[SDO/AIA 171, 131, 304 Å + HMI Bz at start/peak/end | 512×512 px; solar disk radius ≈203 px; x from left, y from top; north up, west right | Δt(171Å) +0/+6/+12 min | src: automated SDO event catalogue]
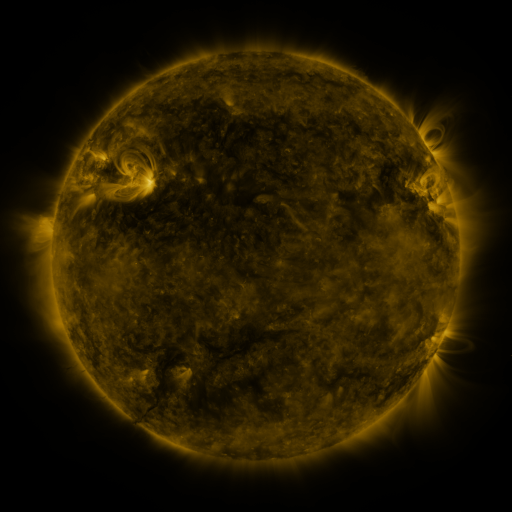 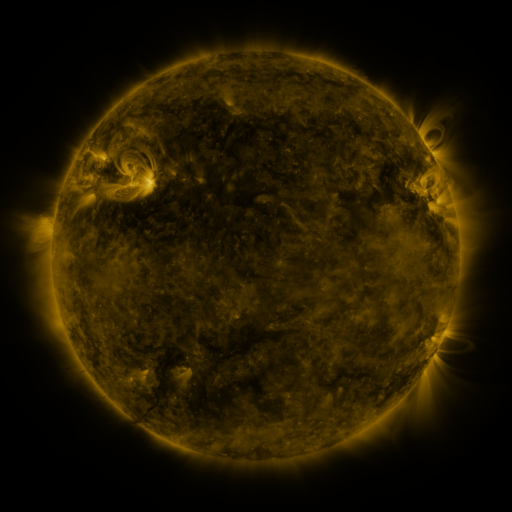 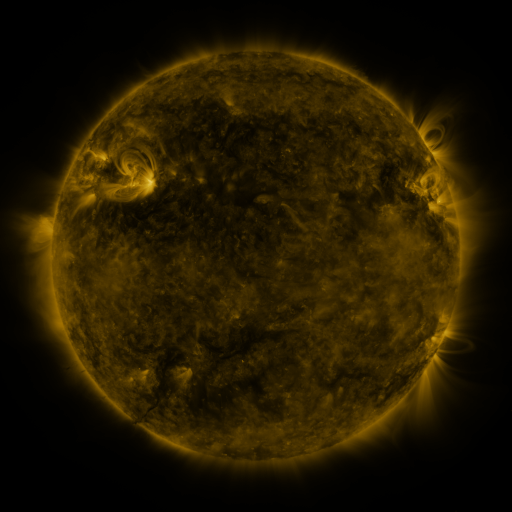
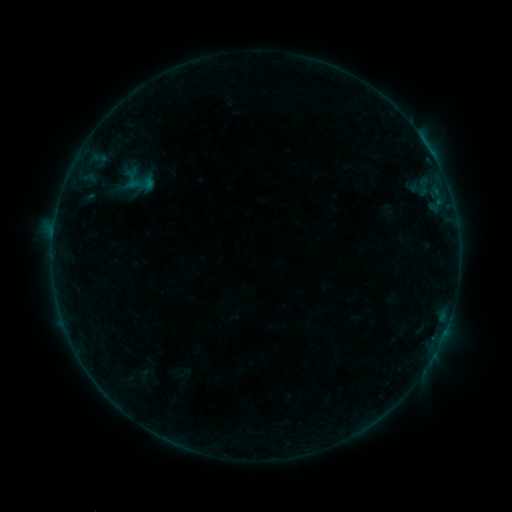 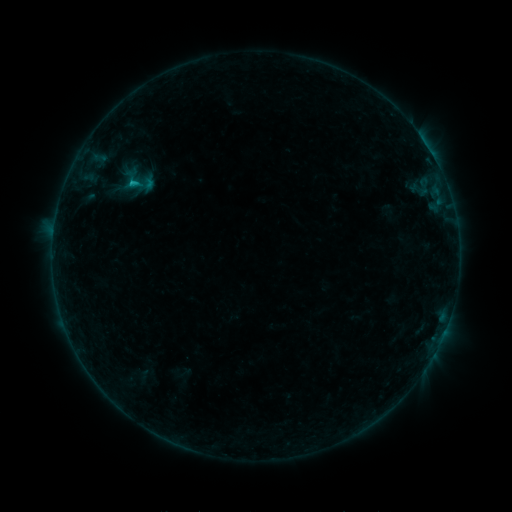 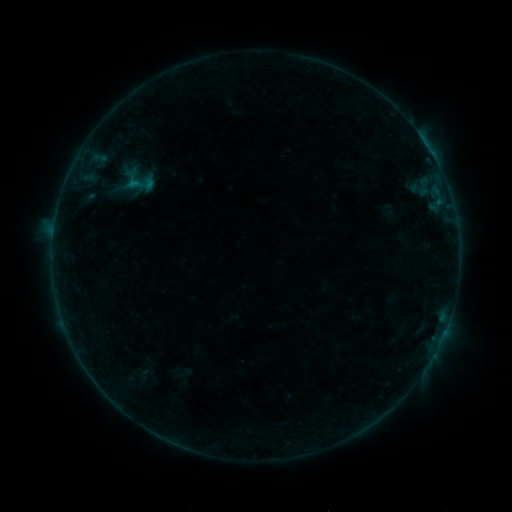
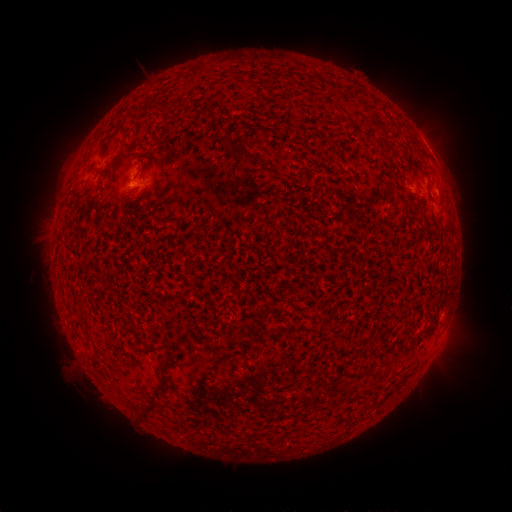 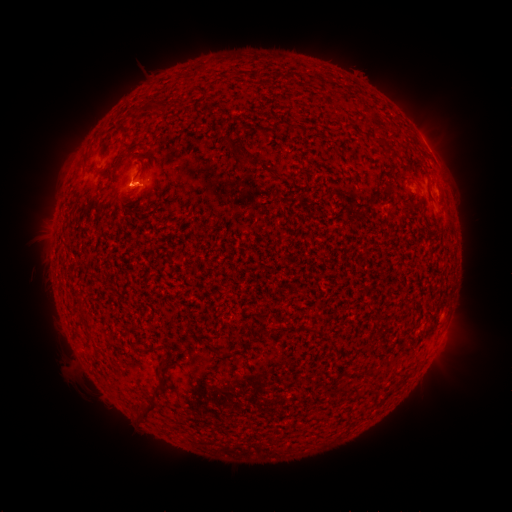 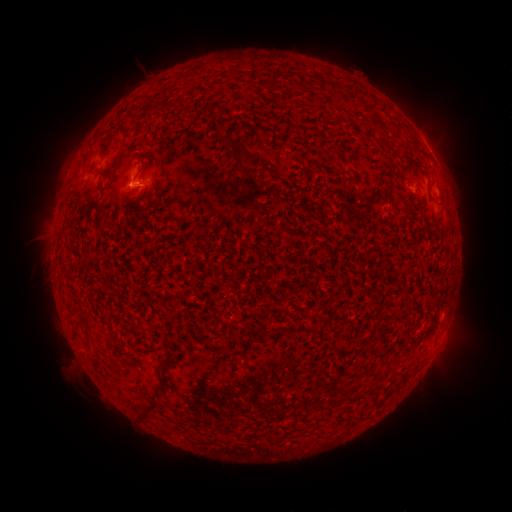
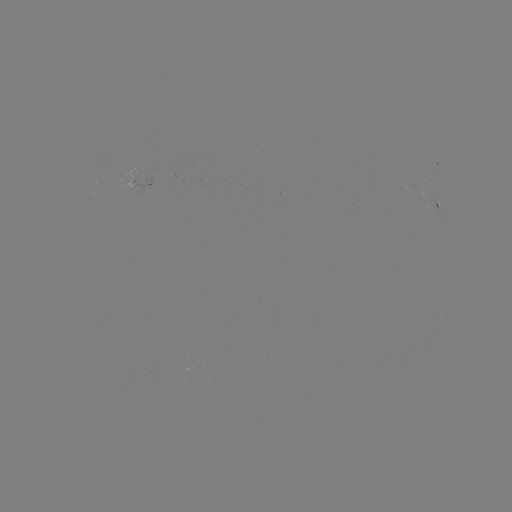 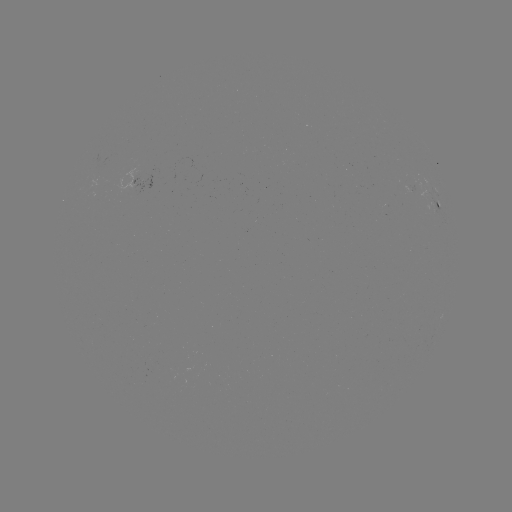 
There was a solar flare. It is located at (132, 187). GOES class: B5.8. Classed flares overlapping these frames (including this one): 1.